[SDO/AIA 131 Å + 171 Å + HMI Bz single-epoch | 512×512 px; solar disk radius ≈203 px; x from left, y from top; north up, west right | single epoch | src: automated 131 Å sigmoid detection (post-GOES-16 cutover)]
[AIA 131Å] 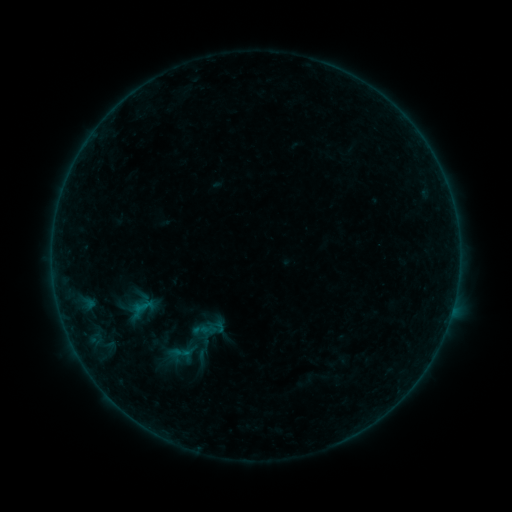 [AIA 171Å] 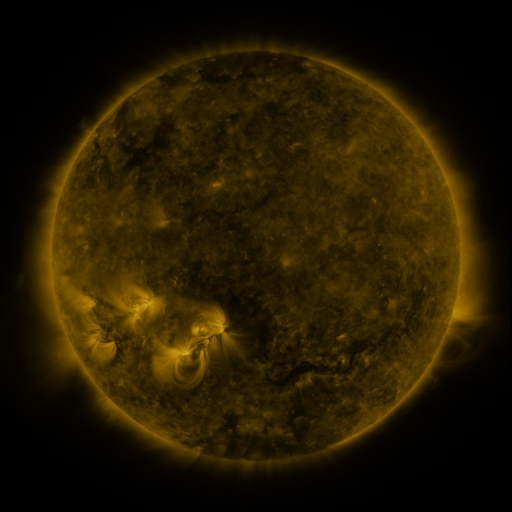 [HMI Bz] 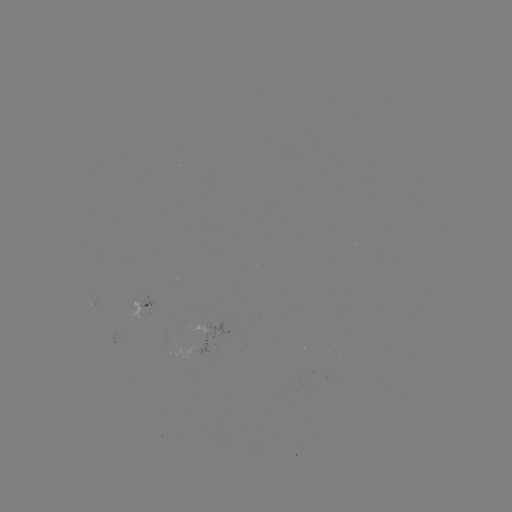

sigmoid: [189, 346, 215, 365]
